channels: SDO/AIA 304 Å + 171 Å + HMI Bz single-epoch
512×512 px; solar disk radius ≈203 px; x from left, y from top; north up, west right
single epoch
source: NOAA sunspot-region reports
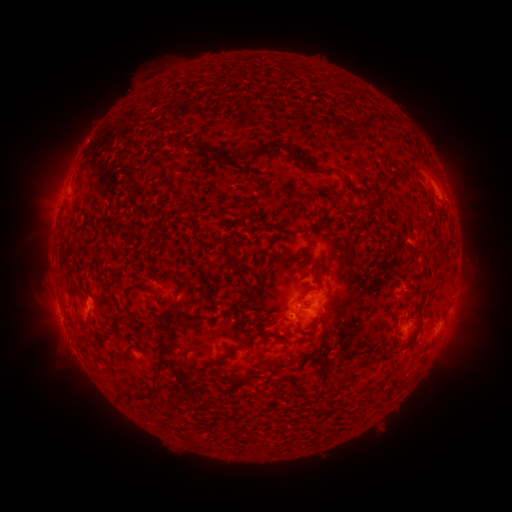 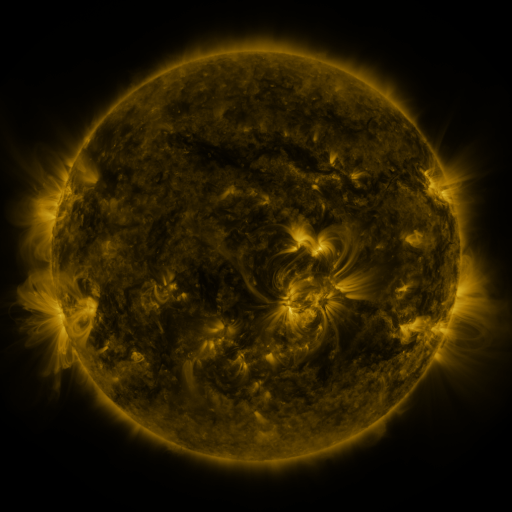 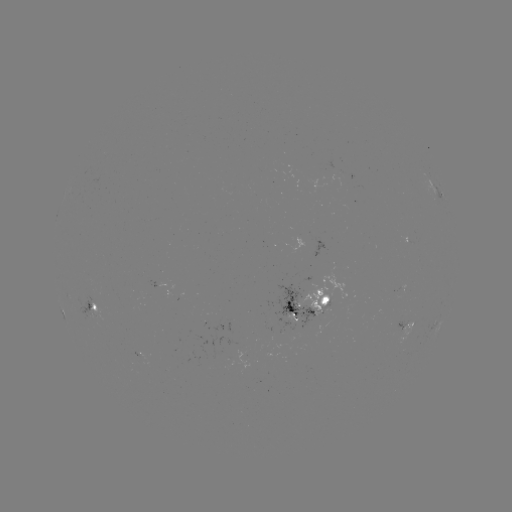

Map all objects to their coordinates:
spotted active region: (437, 193)
spotted active region: (94, 305)
spotted active region: (307, 306)
spotted active region: (404, 326)
